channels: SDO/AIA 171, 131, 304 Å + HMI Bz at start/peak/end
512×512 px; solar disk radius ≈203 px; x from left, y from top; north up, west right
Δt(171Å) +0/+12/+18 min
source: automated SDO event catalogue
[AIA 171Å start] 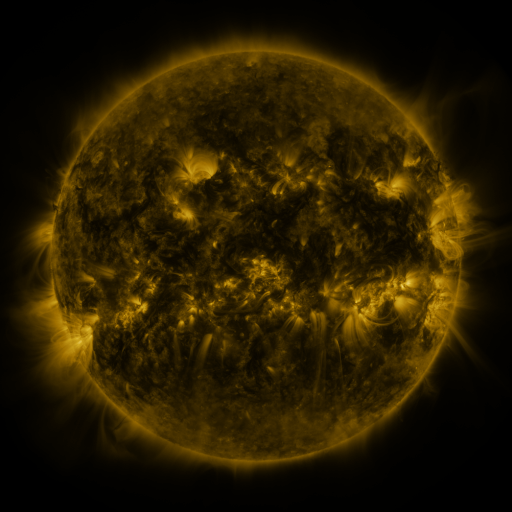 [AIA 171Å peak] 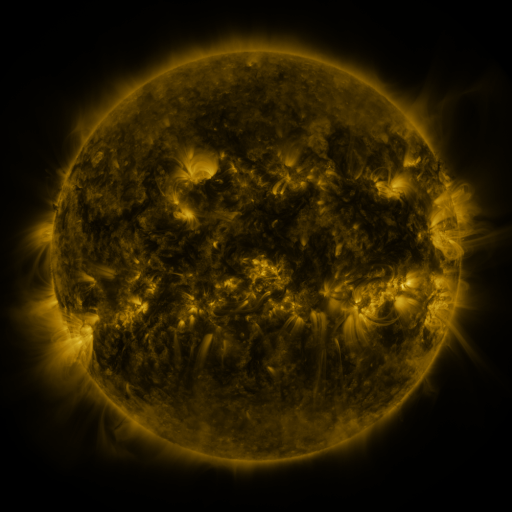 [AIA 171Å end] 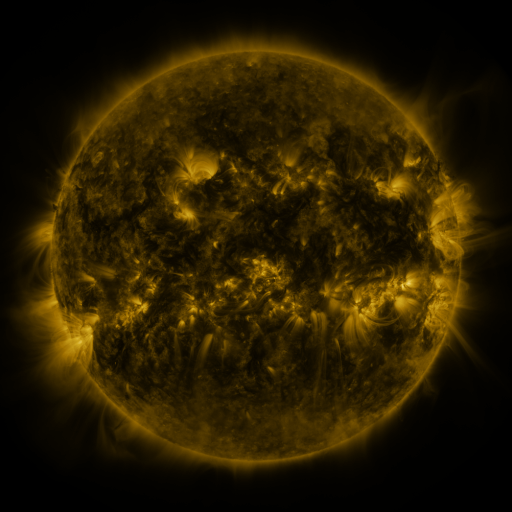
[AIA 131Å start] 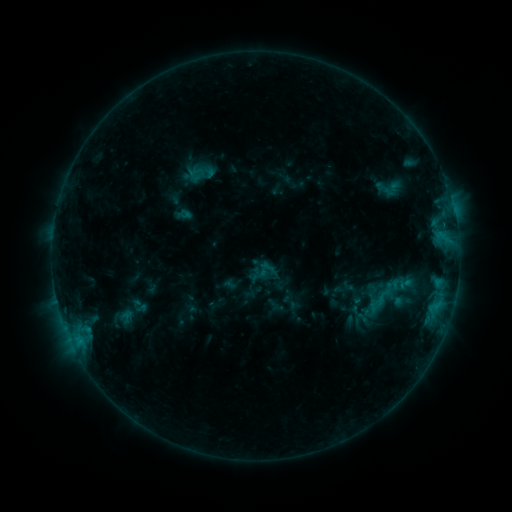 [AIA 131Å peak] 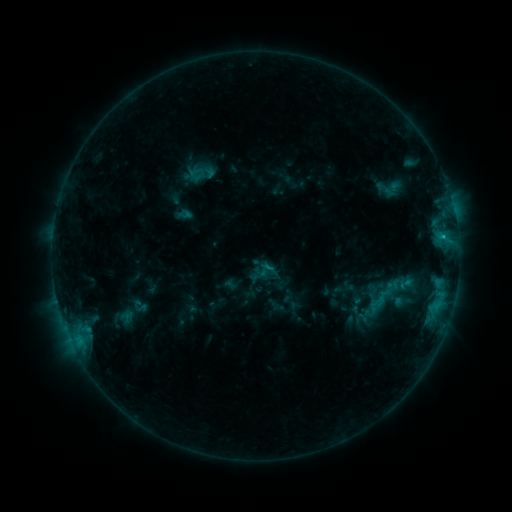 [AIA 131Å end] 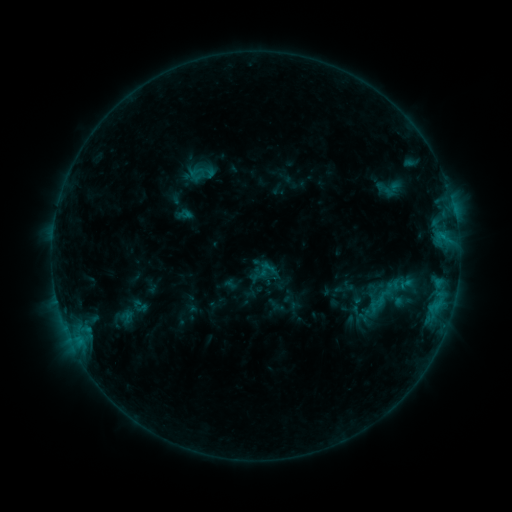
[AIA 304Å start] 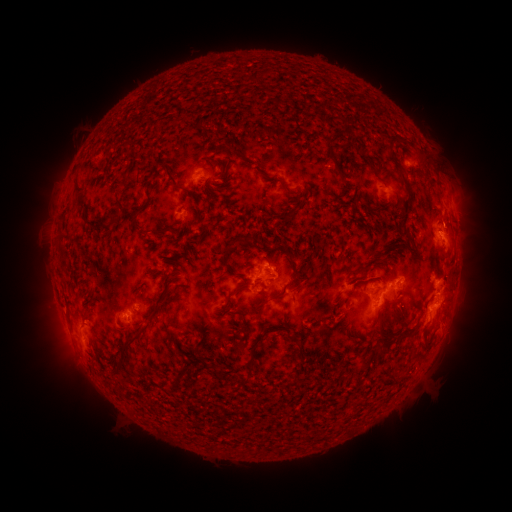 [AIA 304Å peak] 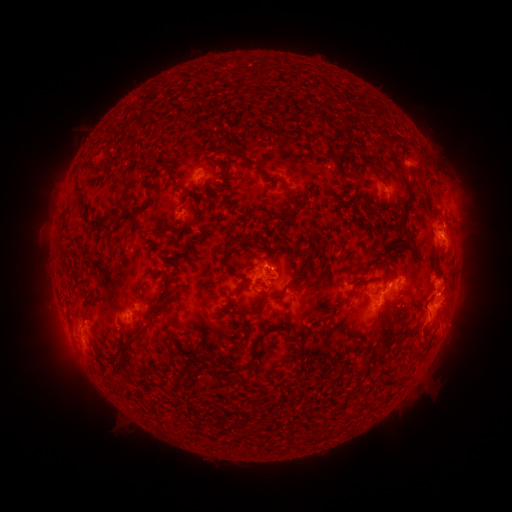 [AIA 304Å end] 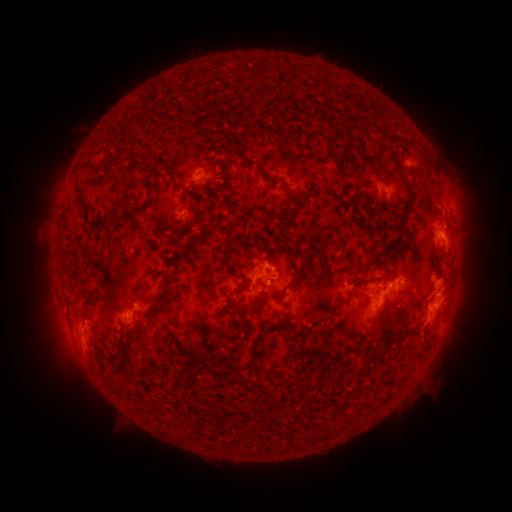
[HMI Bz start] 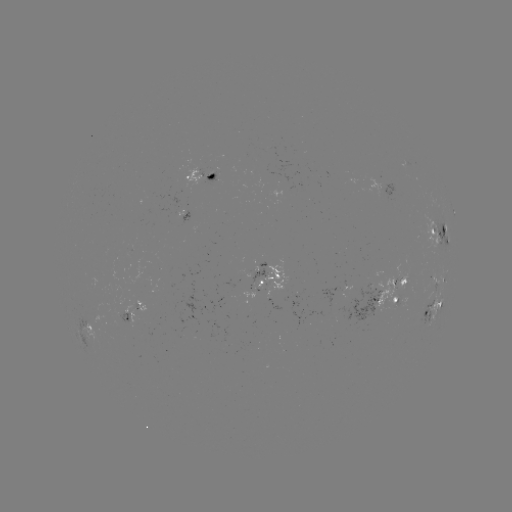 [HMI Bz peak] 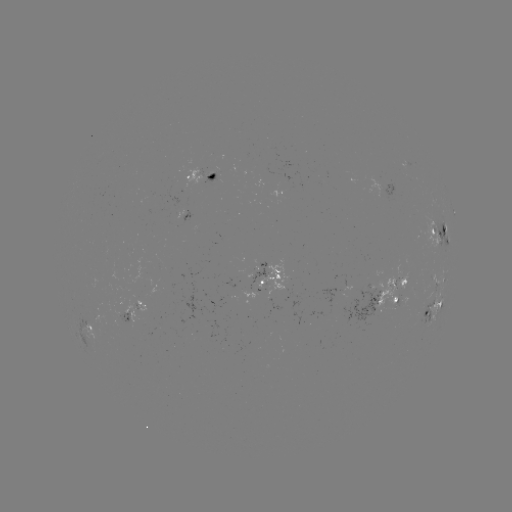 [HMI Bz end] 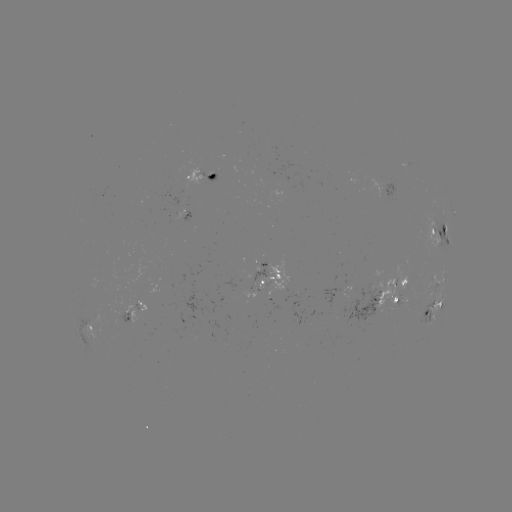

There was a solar flare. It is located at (441, 237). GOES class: C1.0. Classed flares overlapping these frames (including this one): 1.